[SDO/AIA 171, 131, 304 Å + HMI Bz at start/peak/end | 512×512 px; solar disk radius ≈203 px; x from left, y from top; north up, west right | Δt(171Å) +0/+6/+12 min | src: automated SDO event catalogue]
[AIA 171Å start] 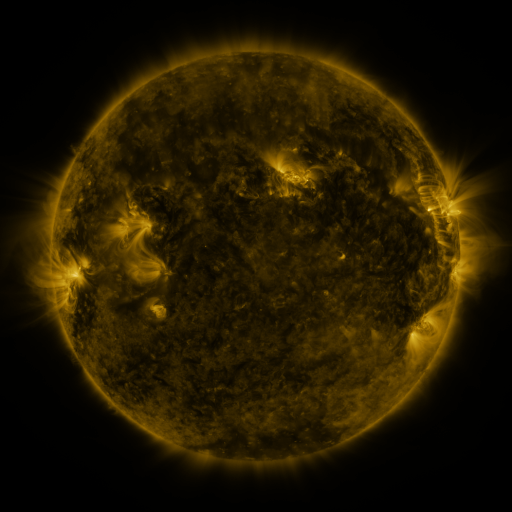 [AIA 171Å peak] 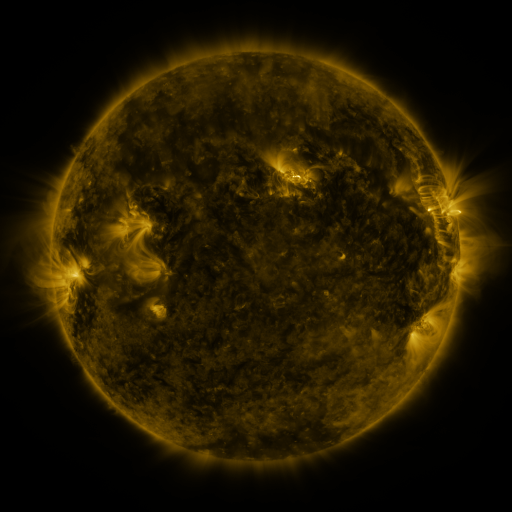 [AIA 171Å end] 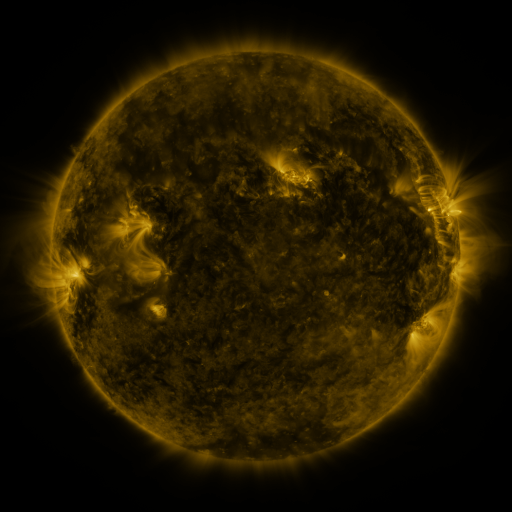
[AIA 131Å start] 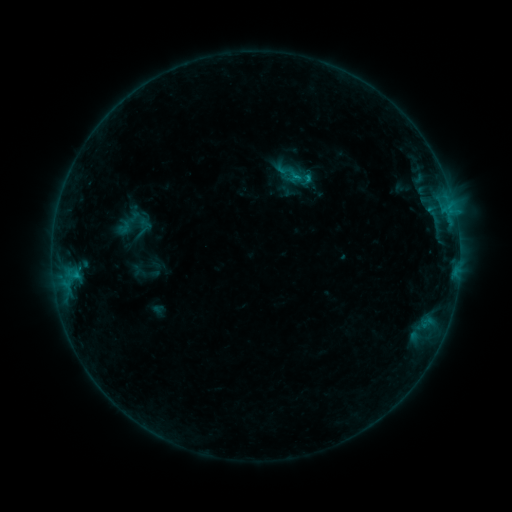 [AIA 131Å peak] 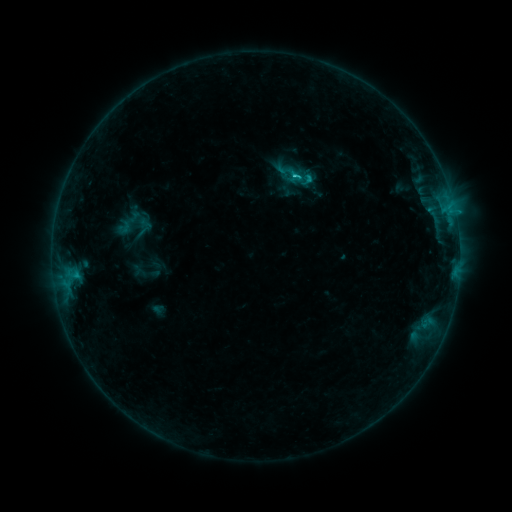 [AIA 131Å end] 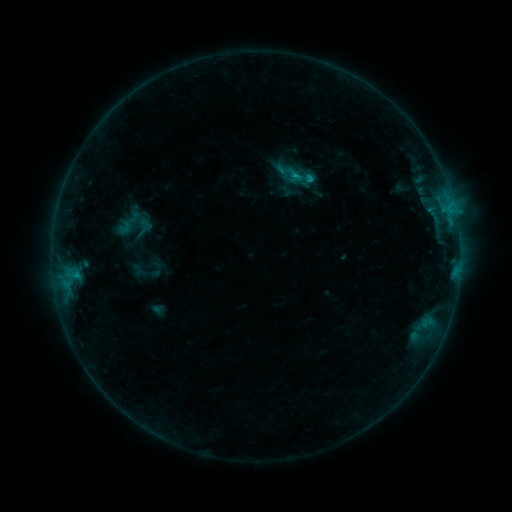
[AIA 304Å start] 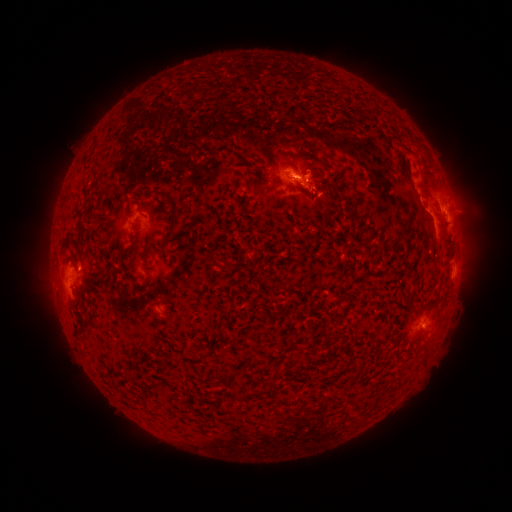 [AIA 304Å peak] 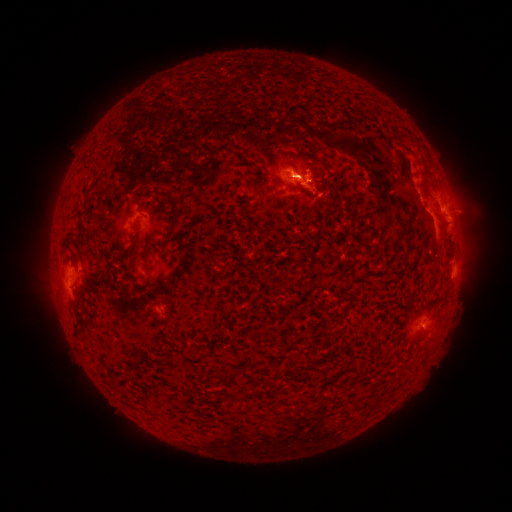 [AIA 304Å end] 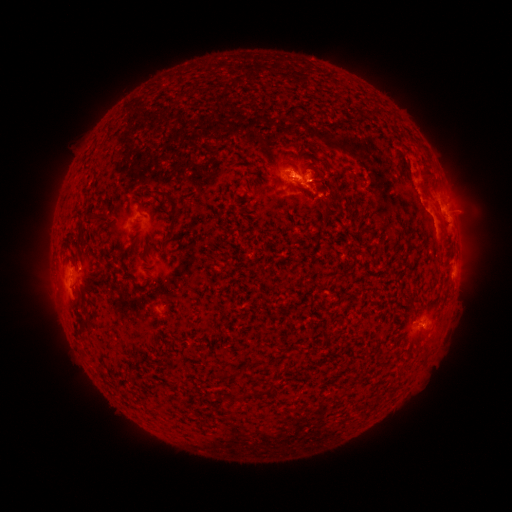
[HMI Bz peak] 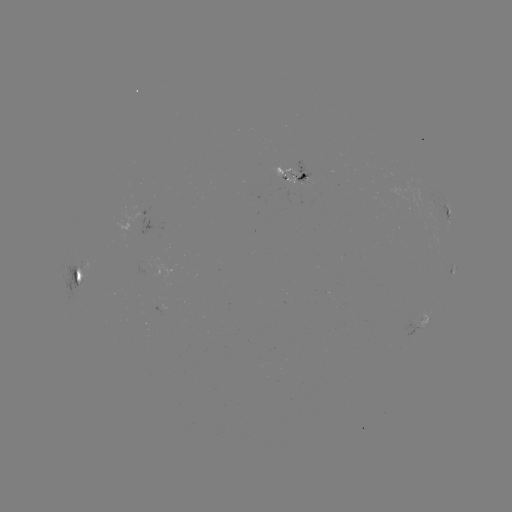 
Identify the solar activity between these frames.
C1.5 flare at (292, 177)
